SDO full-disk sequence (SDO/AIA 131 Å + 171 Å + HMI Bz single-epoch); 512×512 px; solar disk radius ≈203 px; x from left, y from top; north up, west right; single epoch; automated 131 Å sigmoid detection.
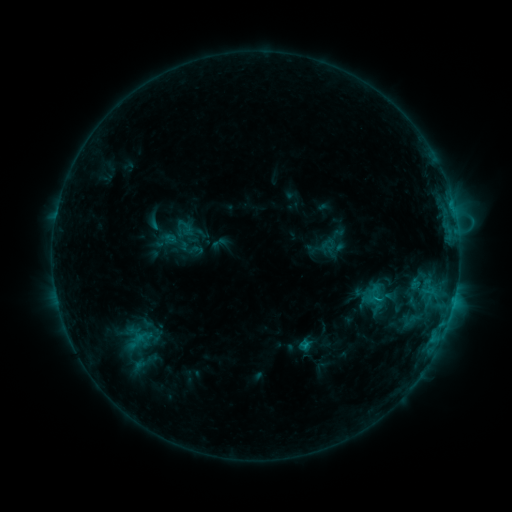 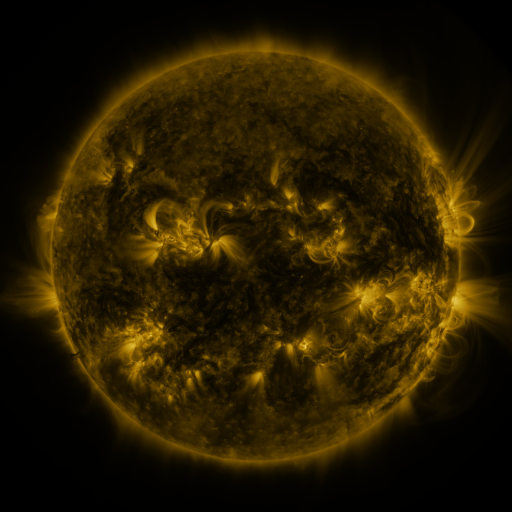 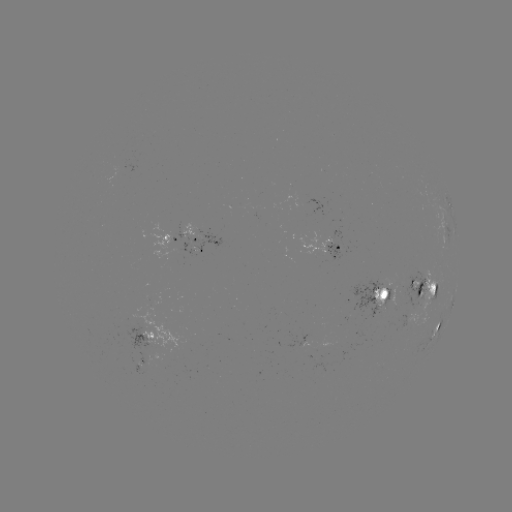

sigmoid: (365, 288, 381, 305)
